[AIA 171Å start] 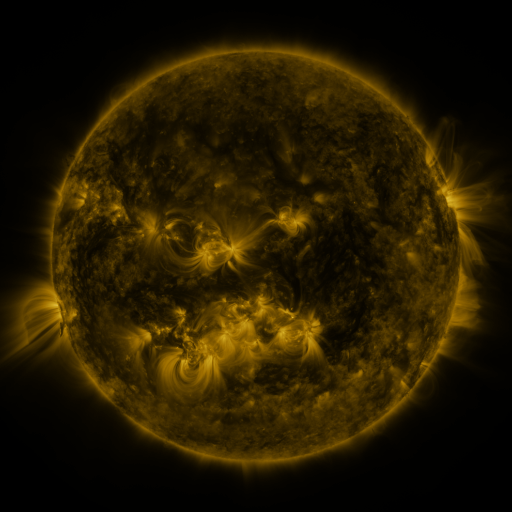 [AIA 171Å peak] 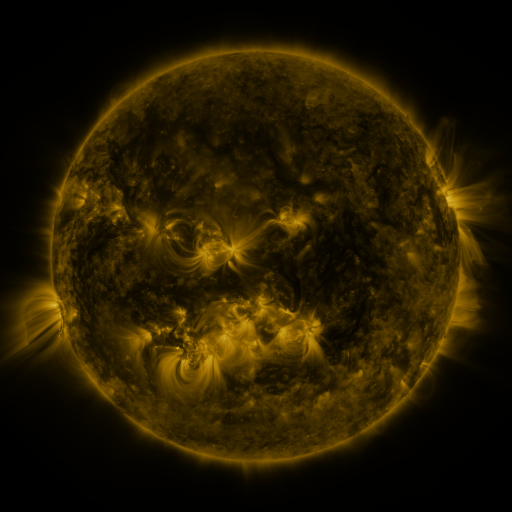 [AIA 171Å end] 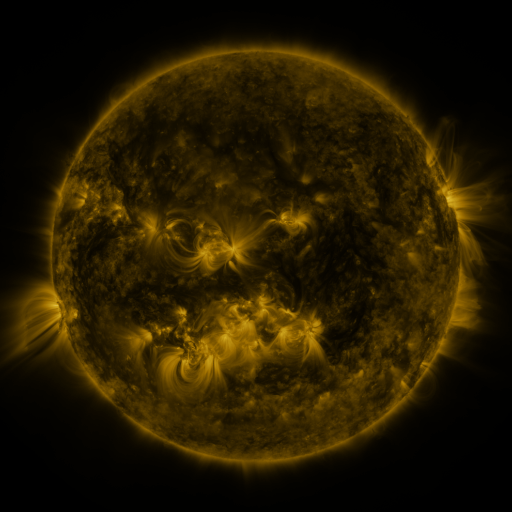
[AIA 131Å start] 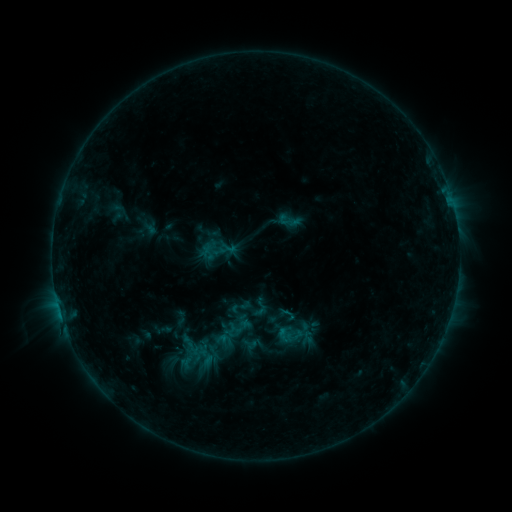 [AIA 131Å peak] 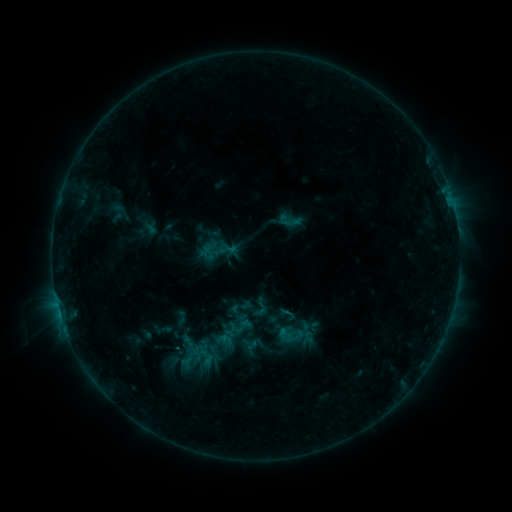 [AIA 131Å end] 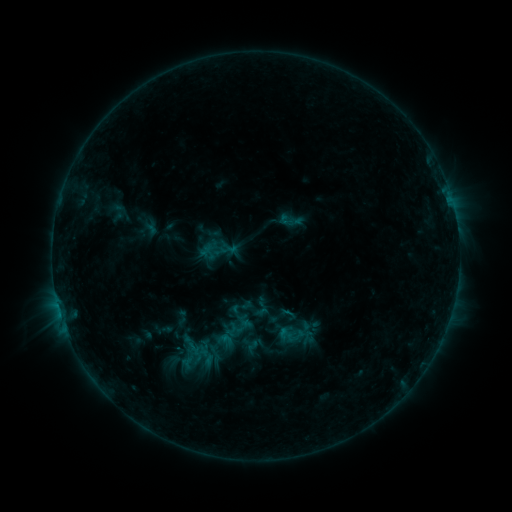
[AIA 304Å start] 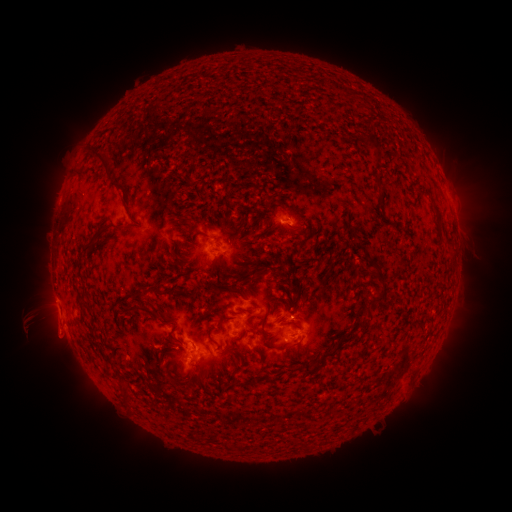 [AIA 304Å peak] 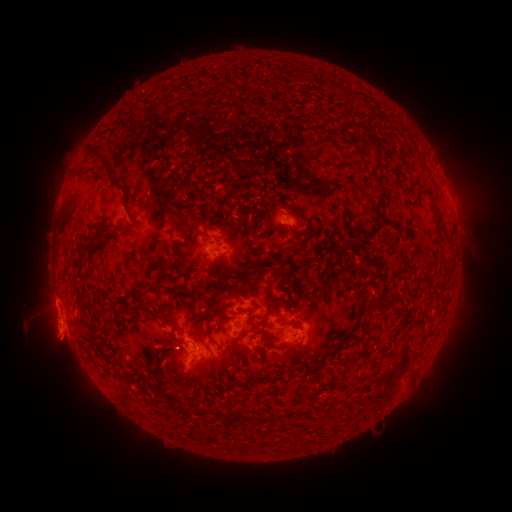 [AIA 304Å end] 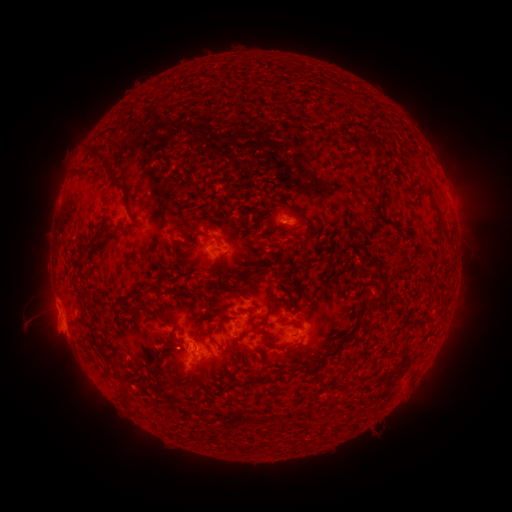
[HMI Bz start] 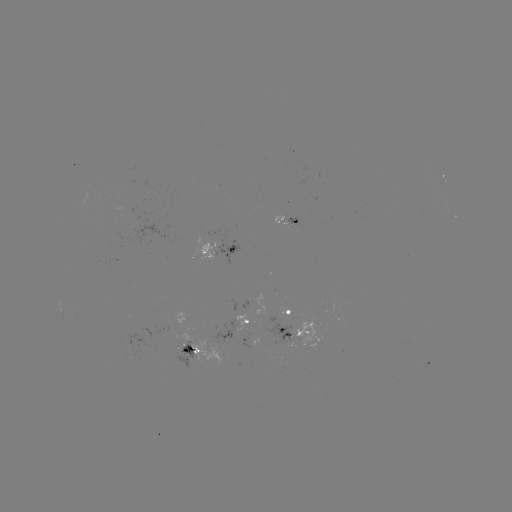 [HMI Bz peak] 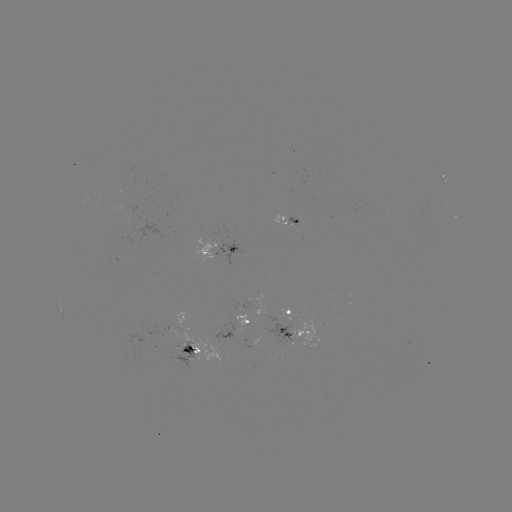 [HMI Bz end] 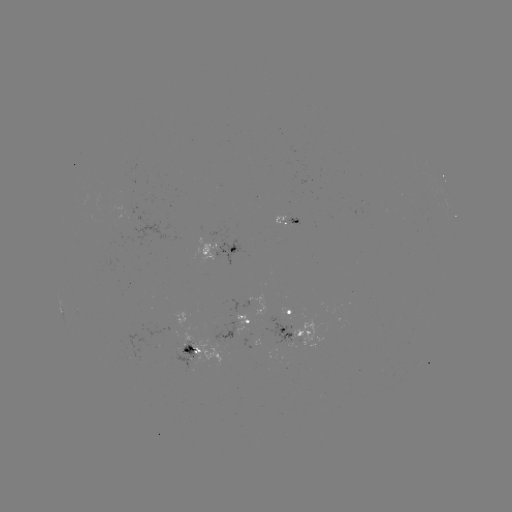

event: eruption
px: (57, 334)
